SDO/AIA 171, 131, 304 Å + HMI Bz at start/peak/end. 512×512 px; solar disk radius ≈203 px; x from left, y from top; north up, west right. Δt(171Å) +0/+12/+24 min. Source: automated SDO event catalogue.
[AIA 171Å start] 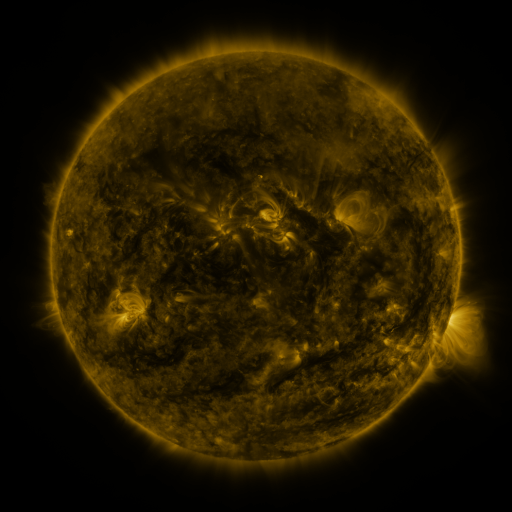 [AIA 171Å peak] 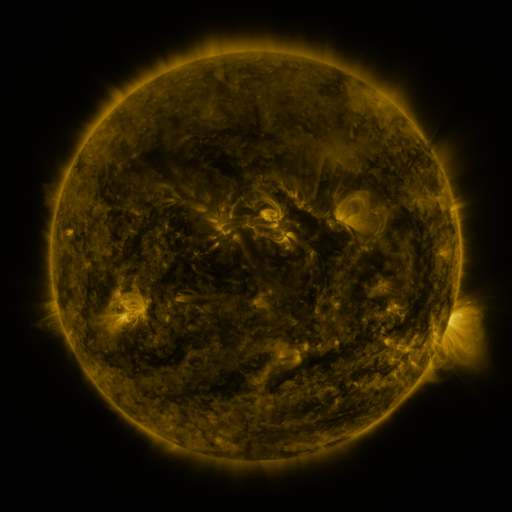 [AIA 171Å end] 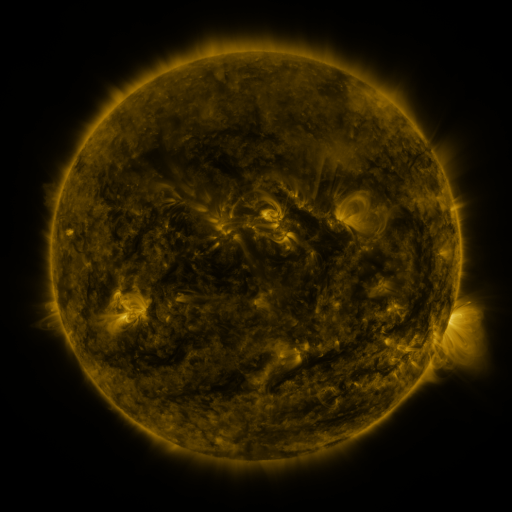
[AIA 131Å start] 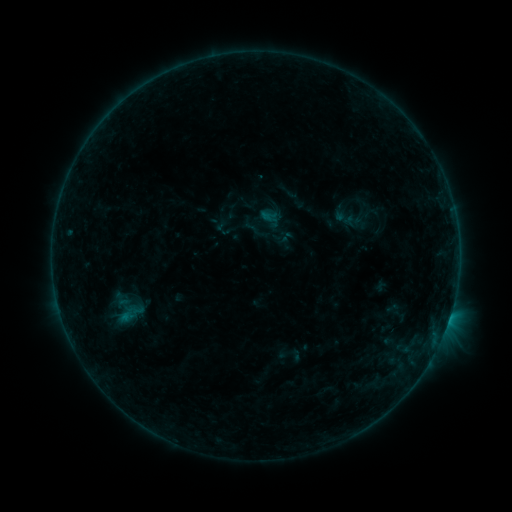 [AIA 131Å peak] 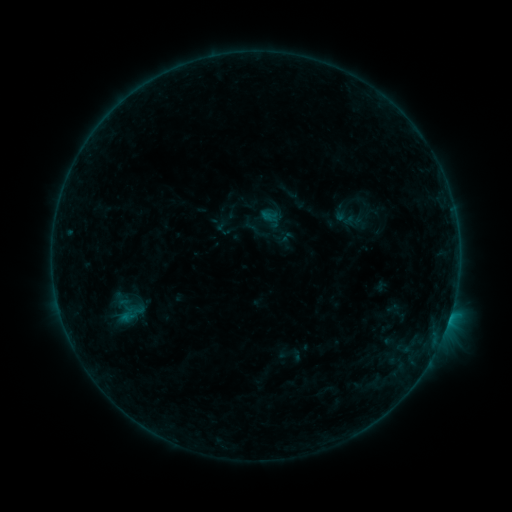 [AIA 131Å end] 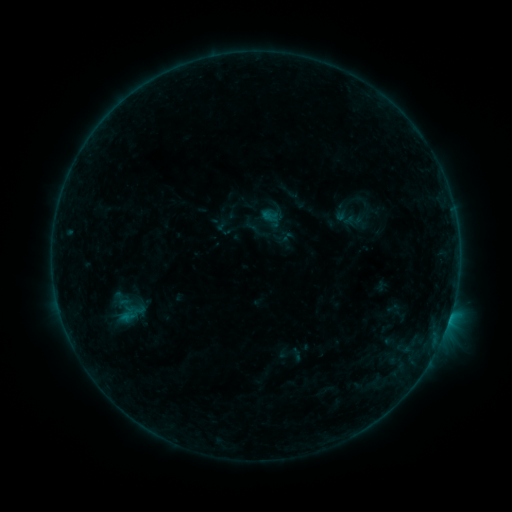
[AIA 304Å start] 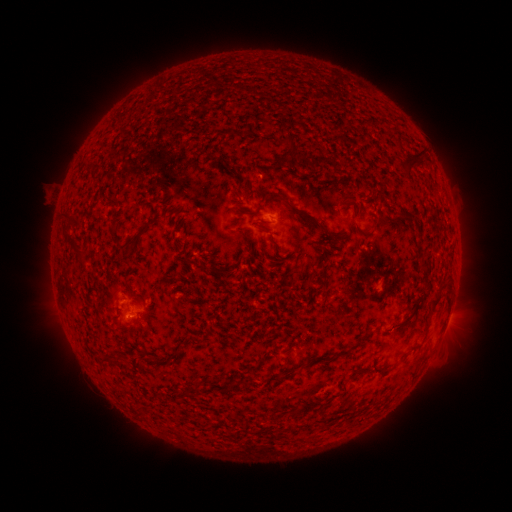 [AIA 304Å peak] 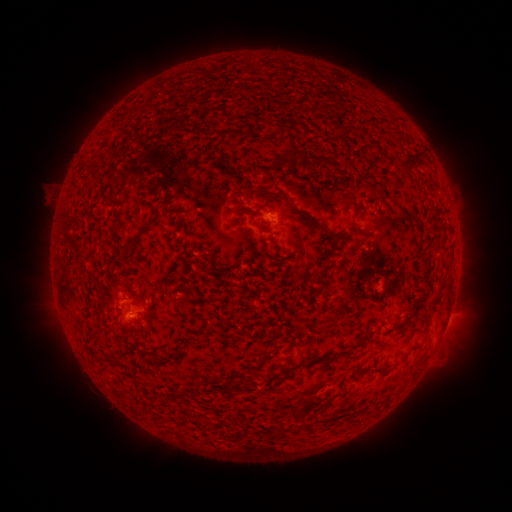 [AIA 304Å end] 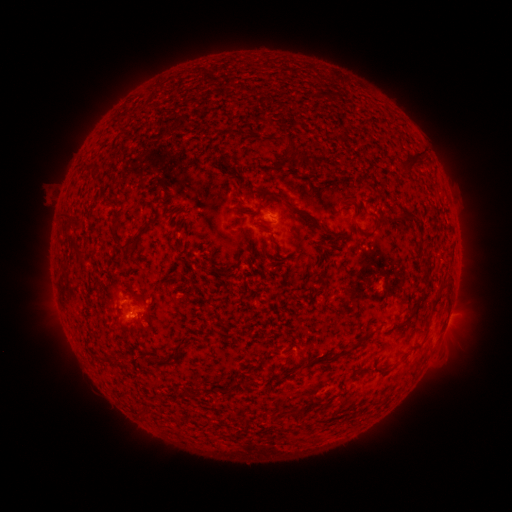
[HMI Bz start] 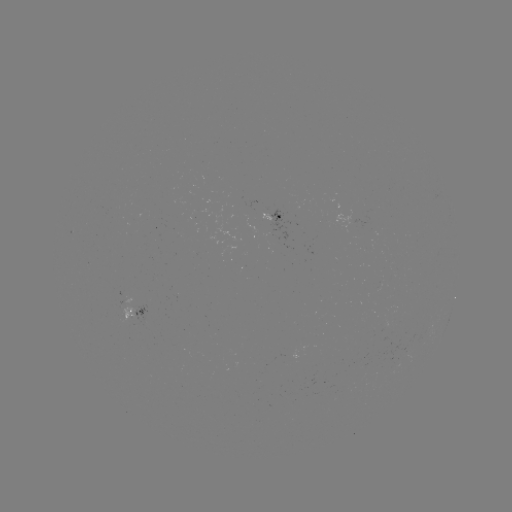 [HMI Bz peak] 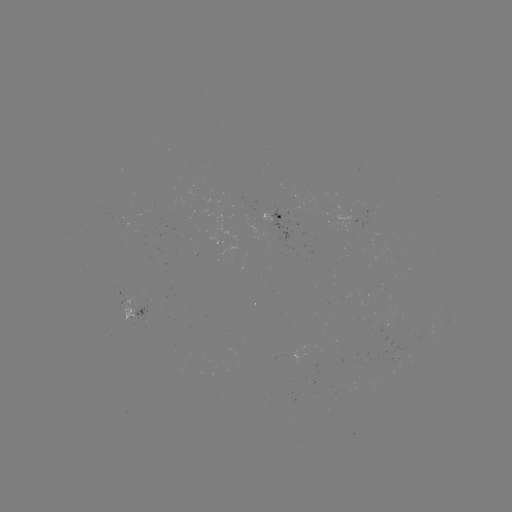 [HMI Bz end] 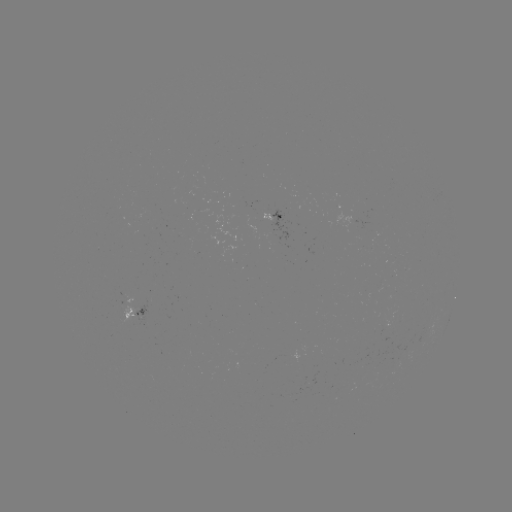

no flare in any classed list; no EUV-trigger detection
